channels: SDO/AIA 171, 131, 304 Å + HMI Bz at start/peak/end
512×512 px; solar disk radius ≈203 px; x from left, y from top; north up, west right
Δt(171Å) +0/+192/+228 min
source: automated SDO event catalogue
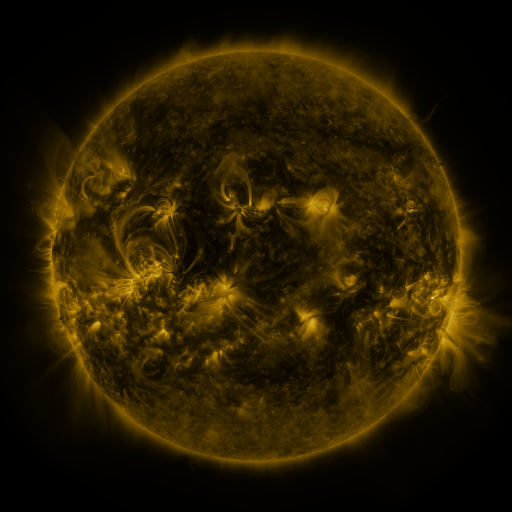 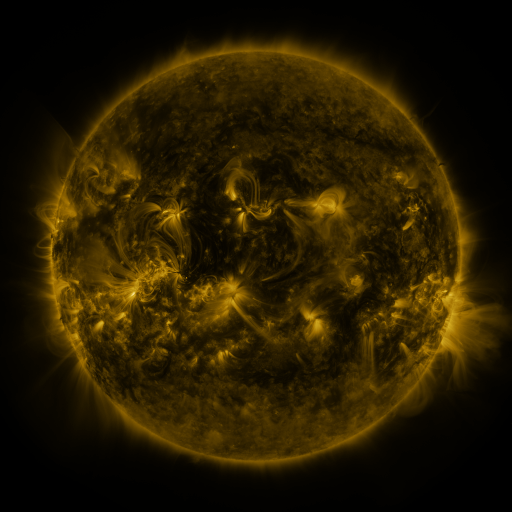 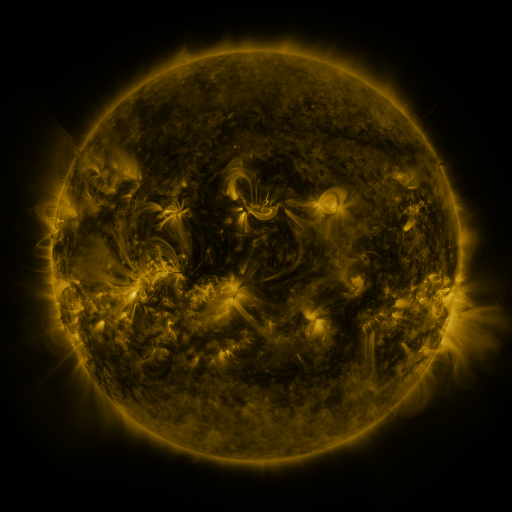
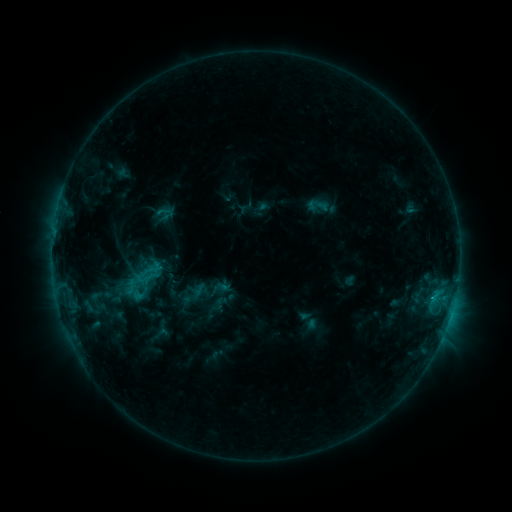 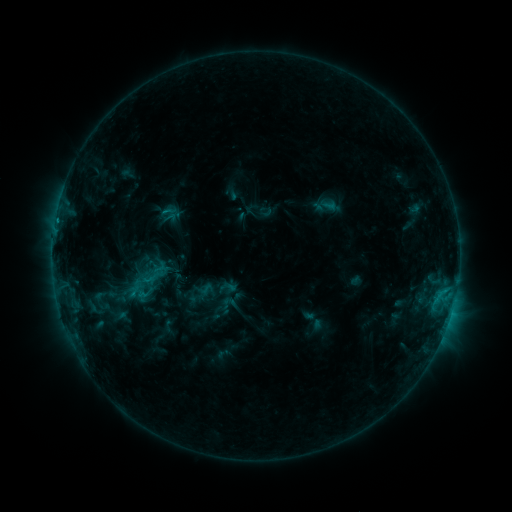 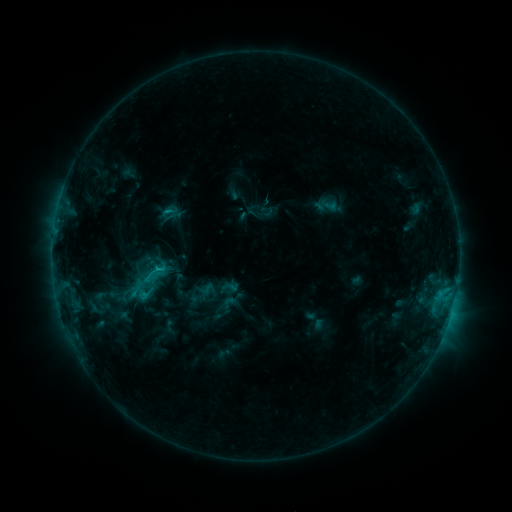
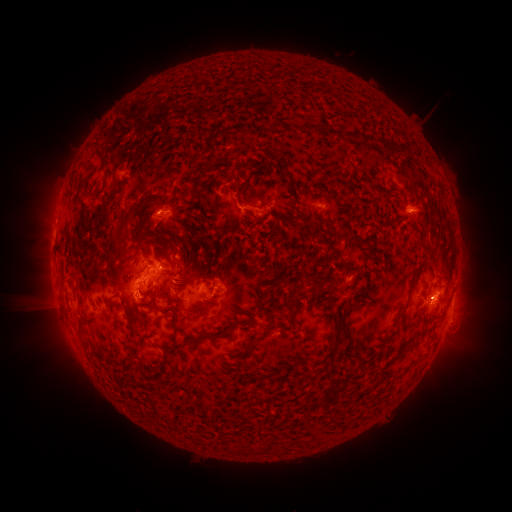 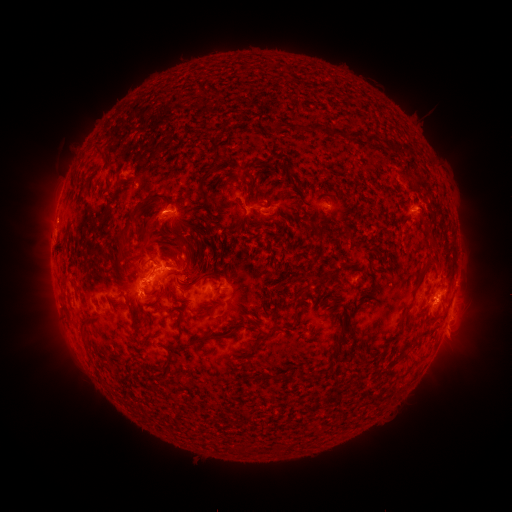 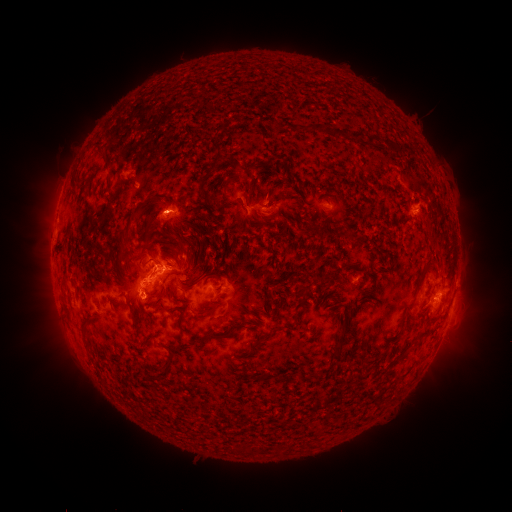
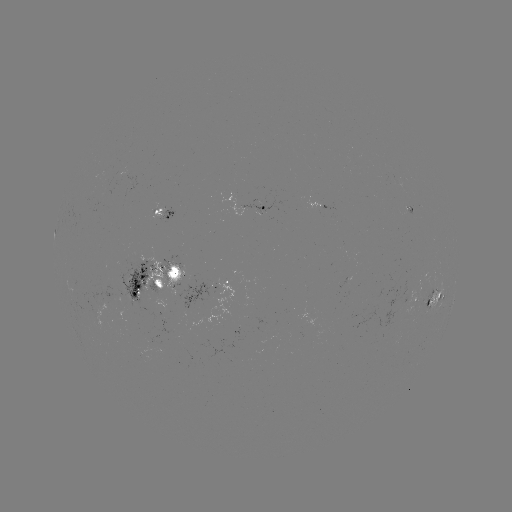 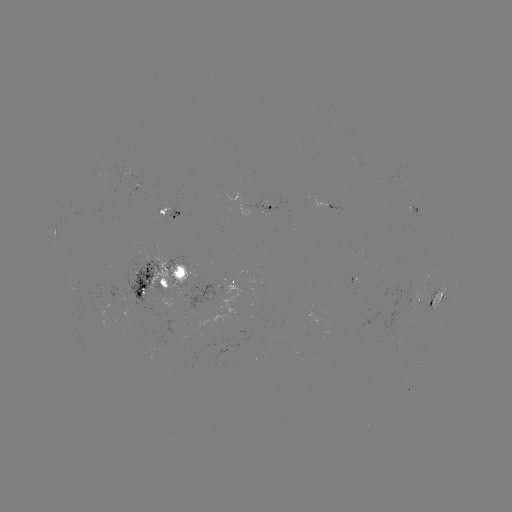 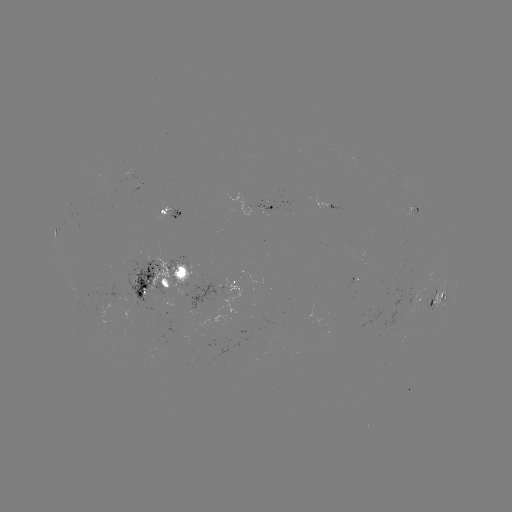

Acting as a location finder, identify emerging-flux region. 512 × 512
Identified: [355, 159].